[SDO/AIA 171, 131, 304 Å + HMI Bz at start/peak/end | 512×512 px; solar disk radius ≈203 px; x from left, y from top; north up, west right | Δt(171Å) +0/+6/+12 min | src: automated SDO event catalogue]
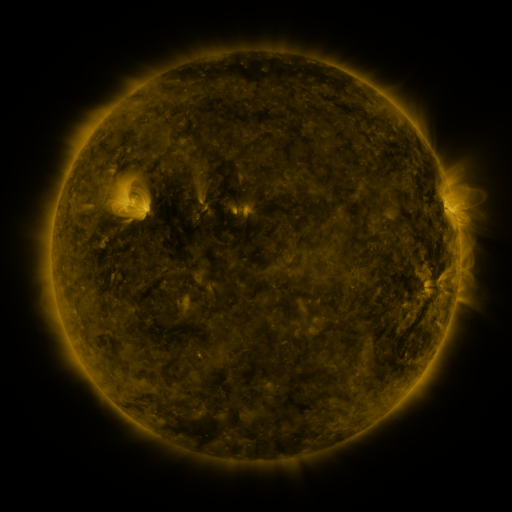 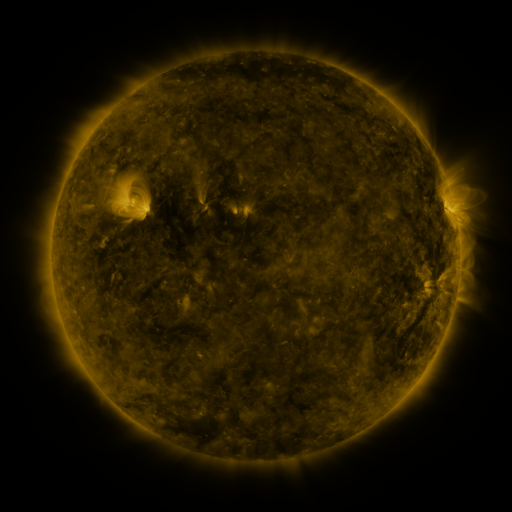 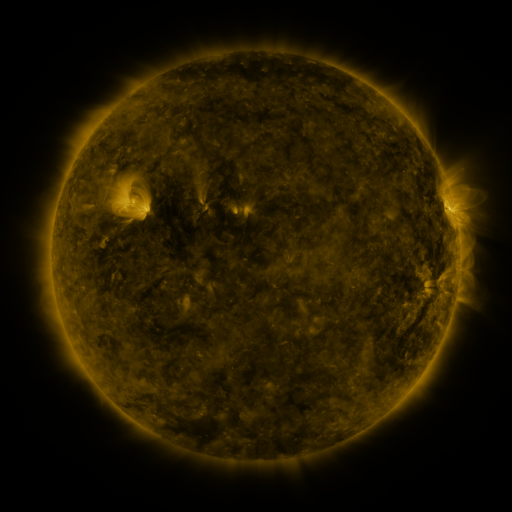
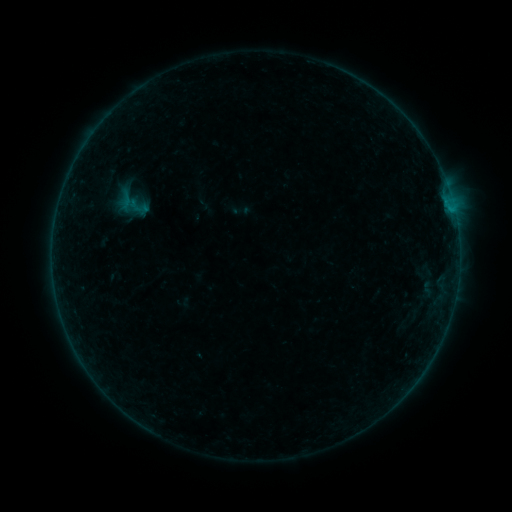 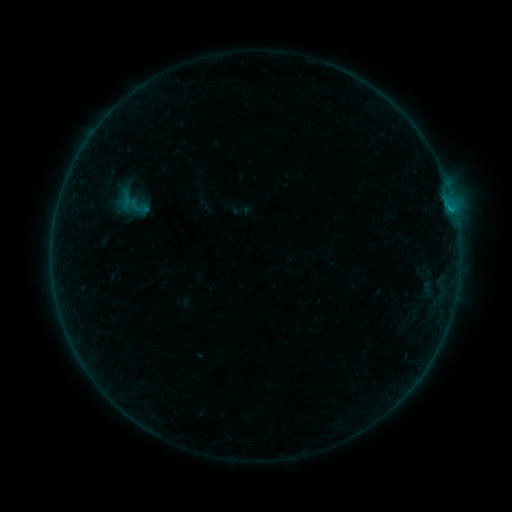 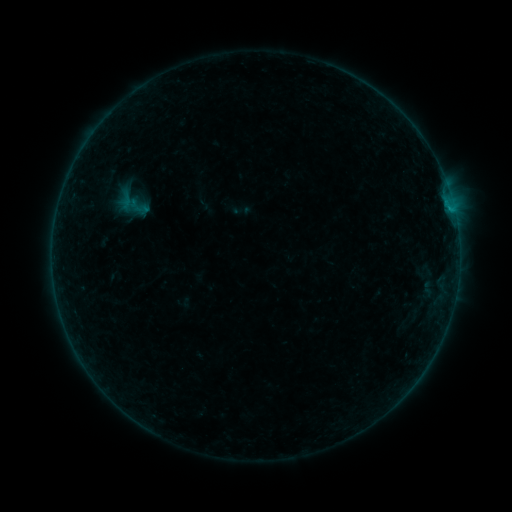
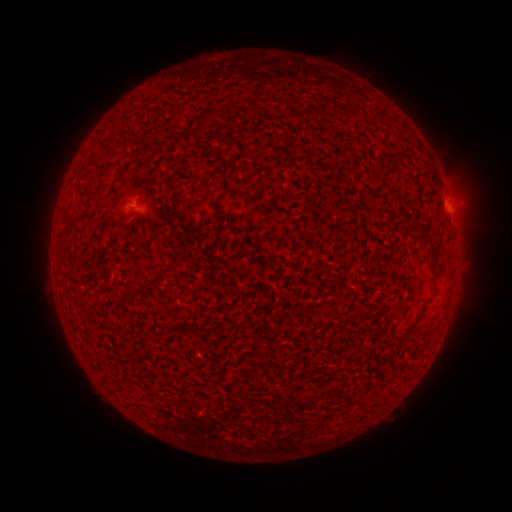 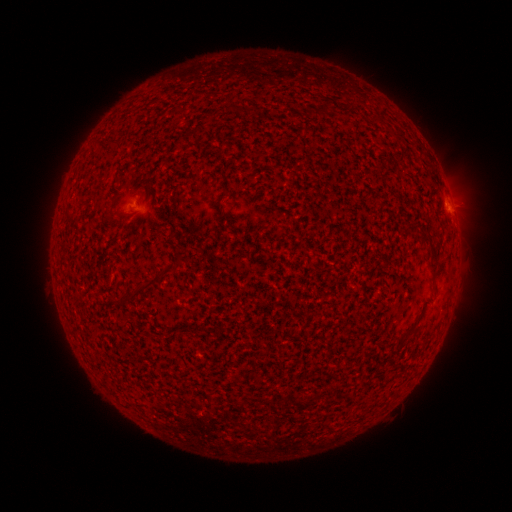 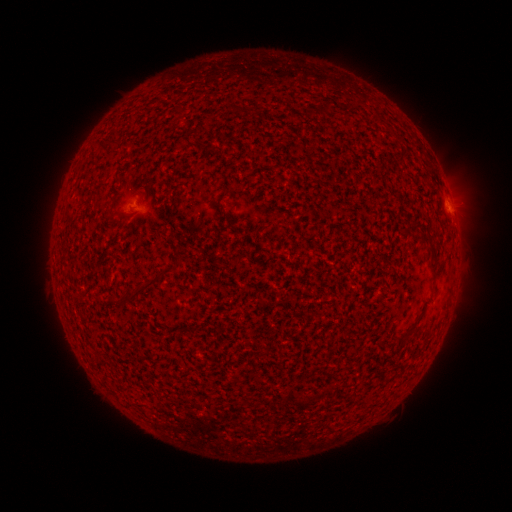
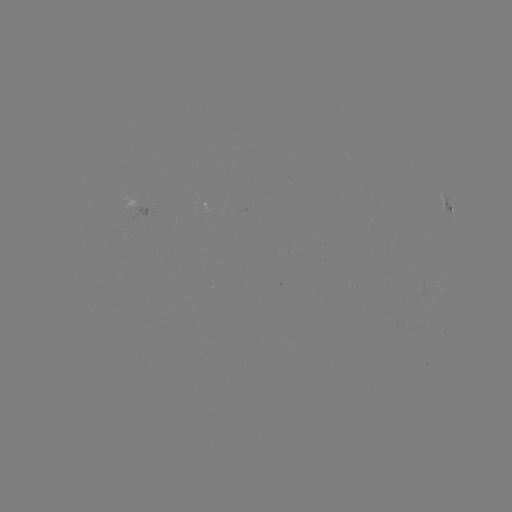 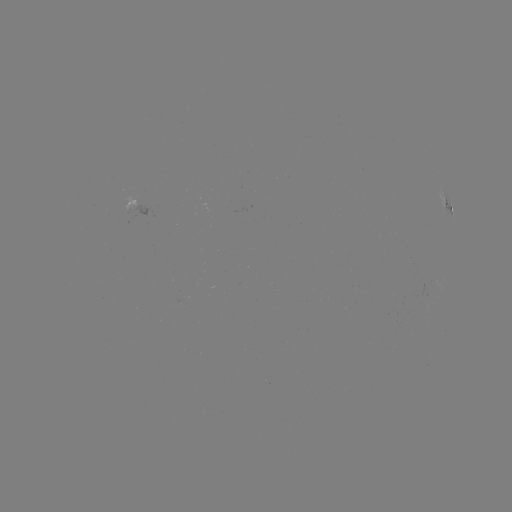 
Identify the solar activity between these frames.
B2.3 flare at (449, 209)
